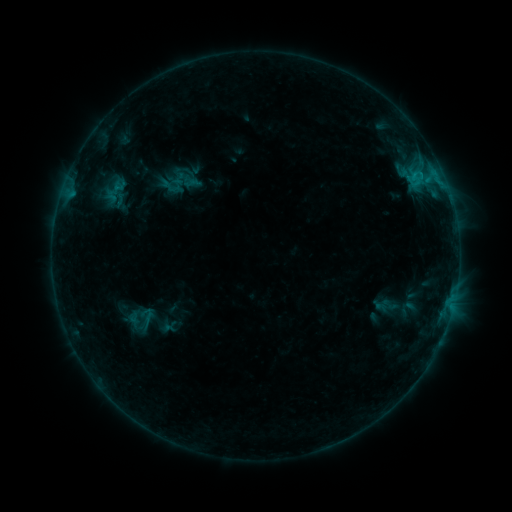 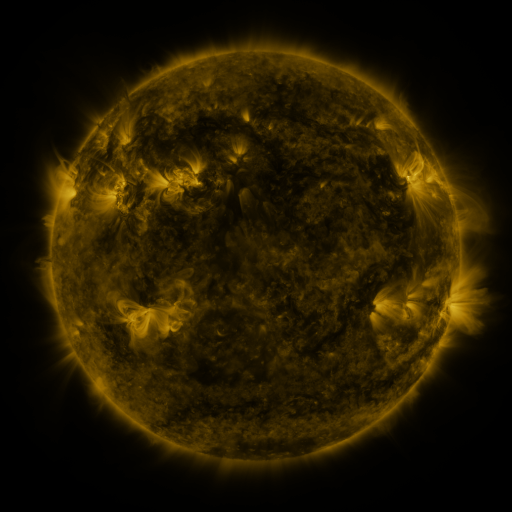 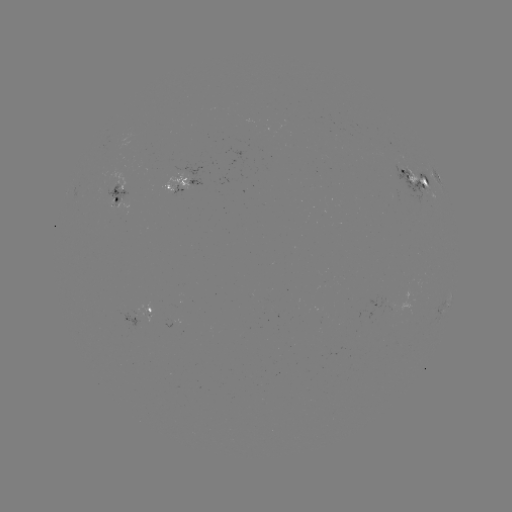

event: sigmoid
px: (190, 181)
